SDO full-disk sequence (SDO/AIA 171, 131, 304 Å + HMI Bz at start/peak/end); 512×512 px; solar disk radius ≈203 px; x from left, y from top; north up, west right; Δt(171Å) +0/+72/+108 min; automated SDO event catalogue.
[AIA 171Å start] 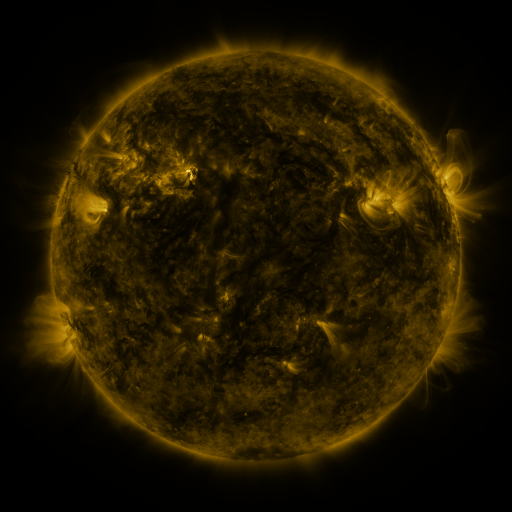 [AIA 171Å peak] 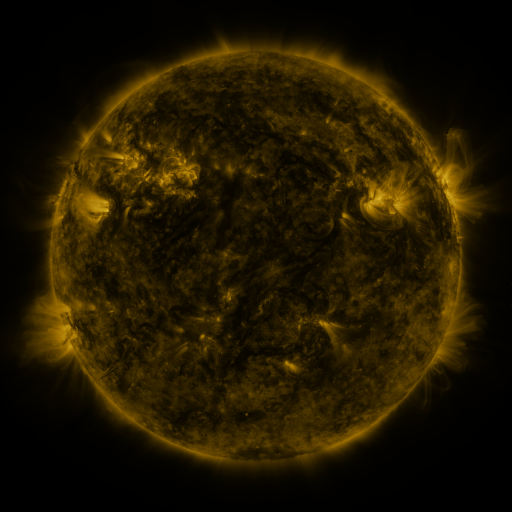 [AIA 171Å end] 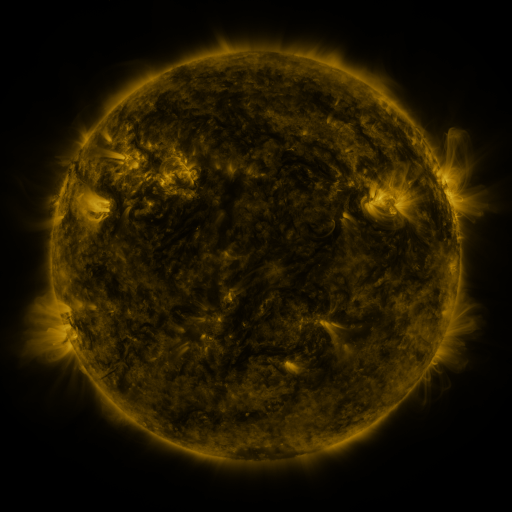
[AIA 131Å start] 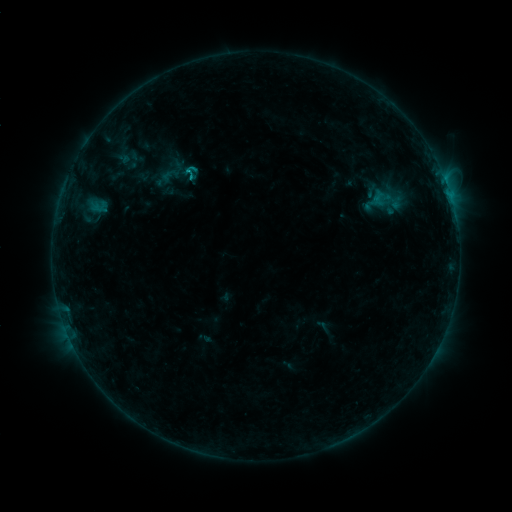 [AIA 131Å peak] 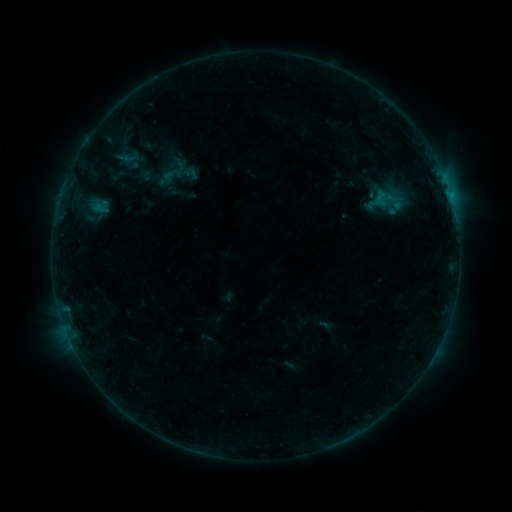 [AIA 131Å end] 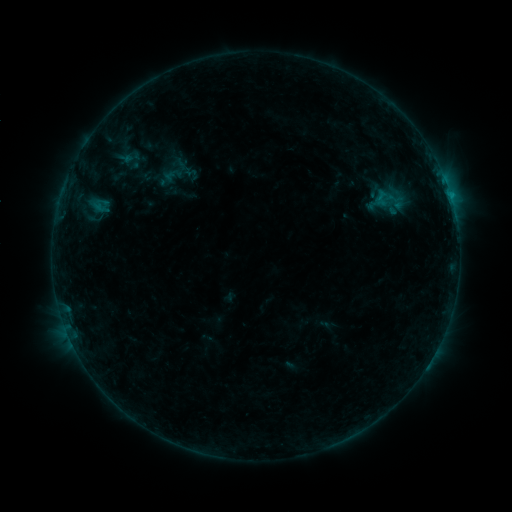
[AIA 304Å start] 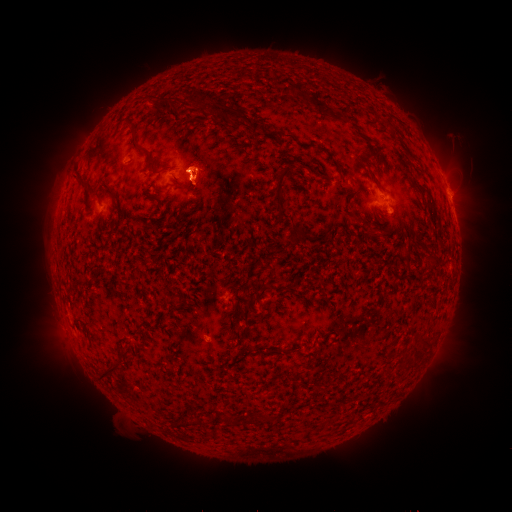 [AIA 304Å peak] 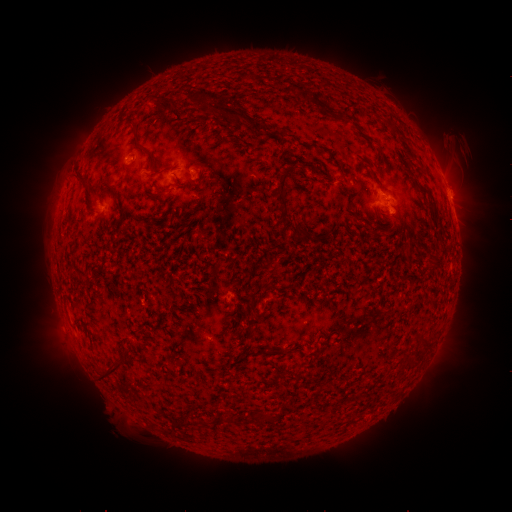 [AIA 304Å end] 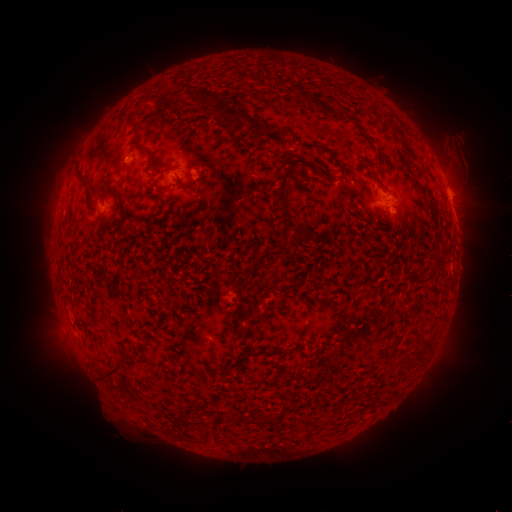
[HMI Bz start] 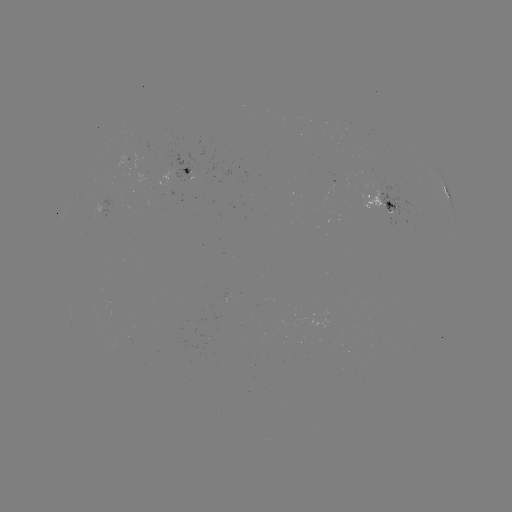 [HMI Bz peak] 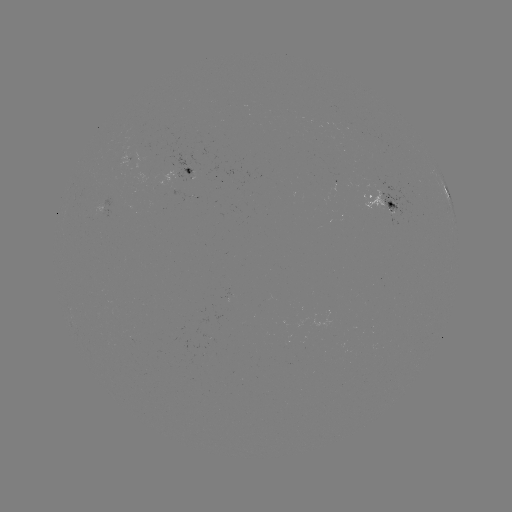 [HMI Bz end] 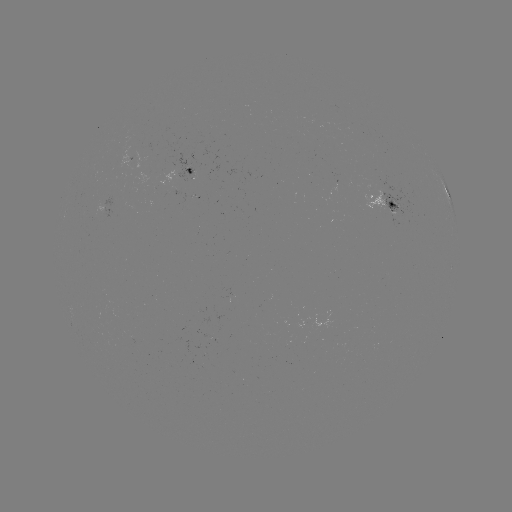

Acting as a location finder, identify emerging-flux region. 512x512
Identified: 359,179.